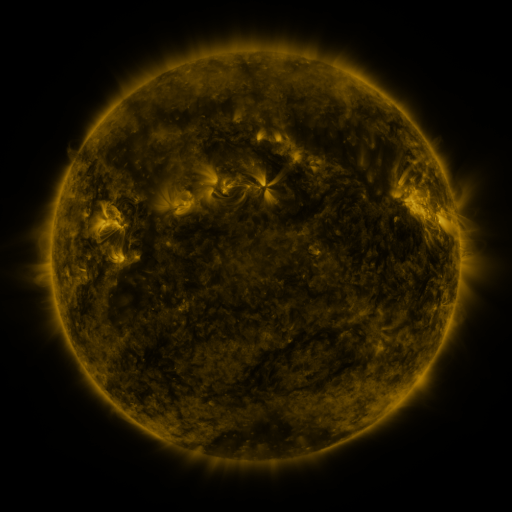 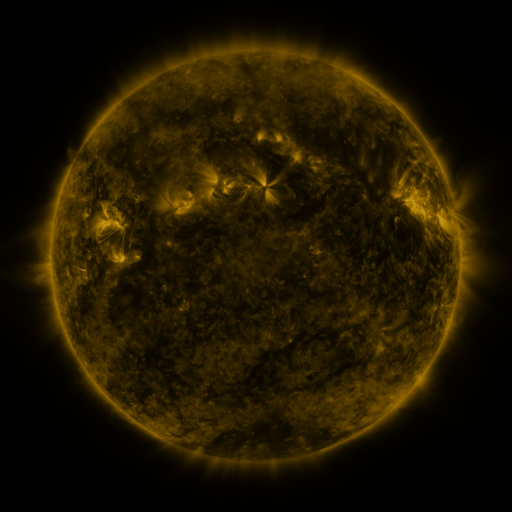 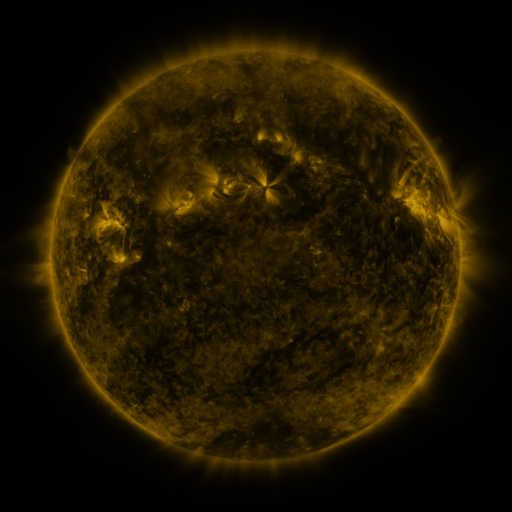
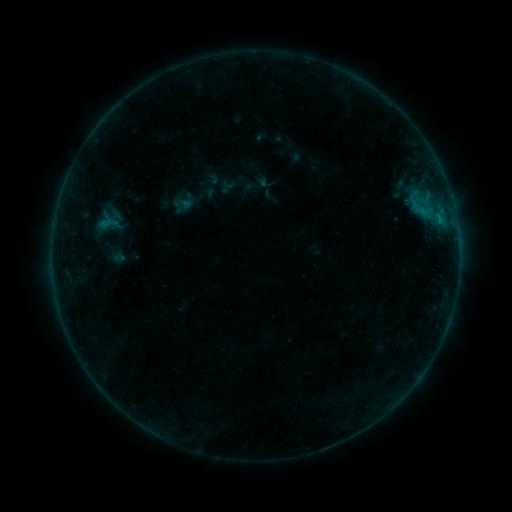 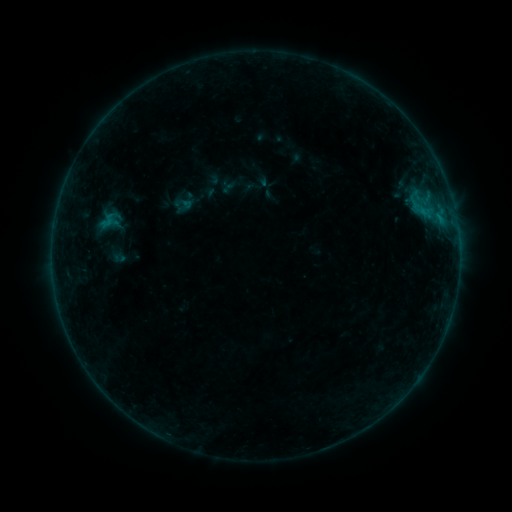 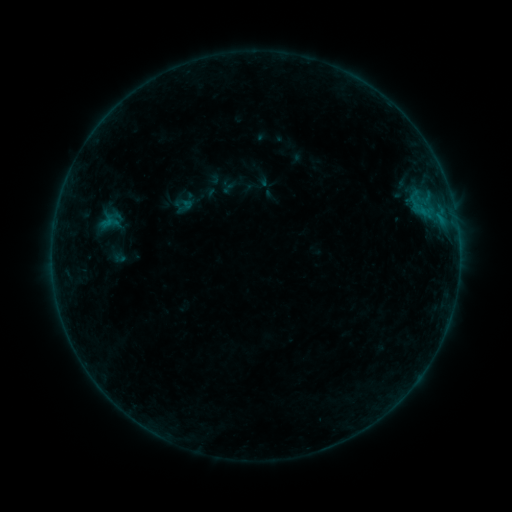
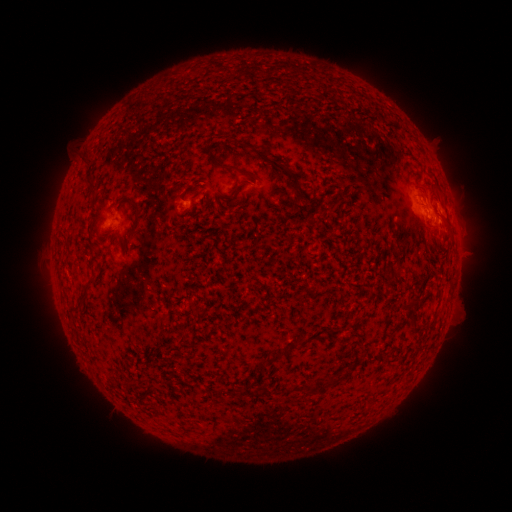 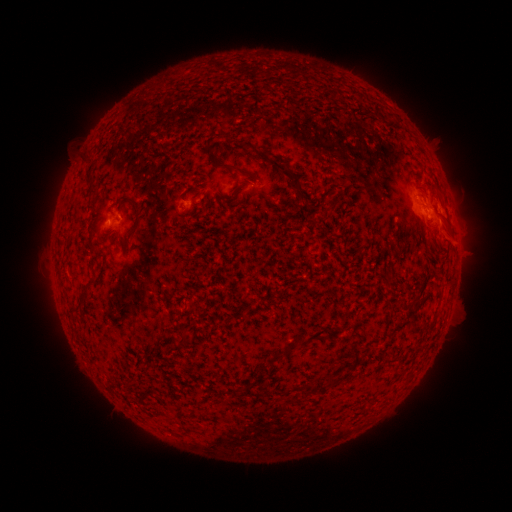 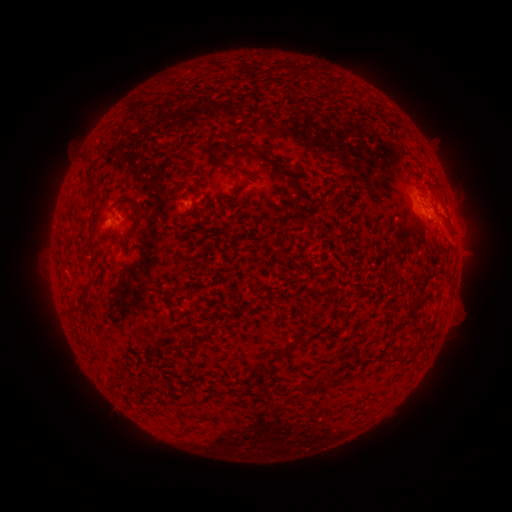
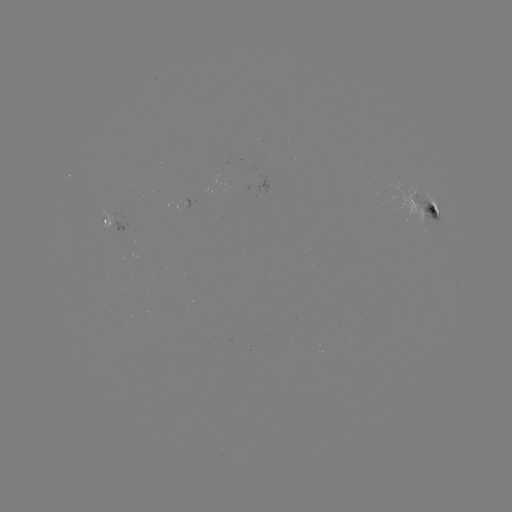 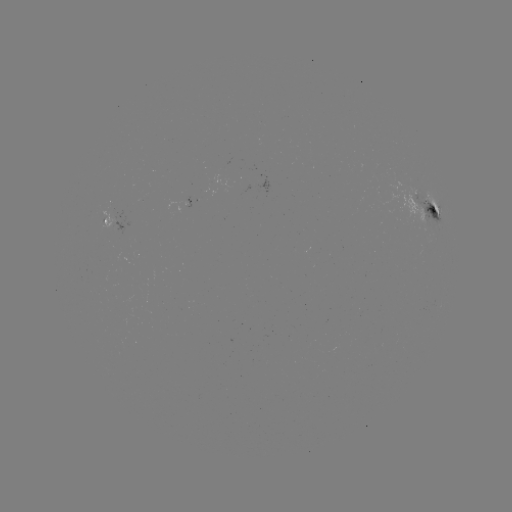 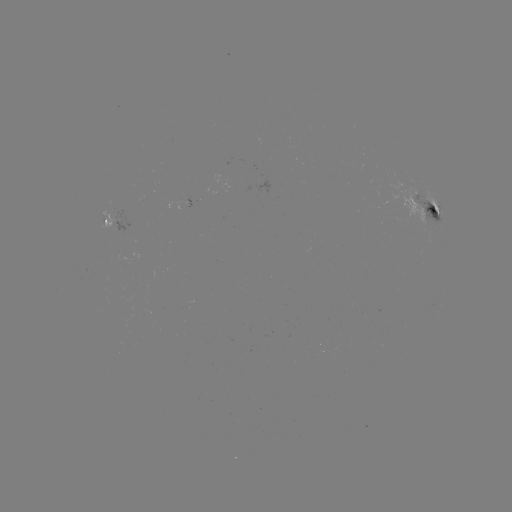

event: flare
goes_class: B4.0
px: (110, 221)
